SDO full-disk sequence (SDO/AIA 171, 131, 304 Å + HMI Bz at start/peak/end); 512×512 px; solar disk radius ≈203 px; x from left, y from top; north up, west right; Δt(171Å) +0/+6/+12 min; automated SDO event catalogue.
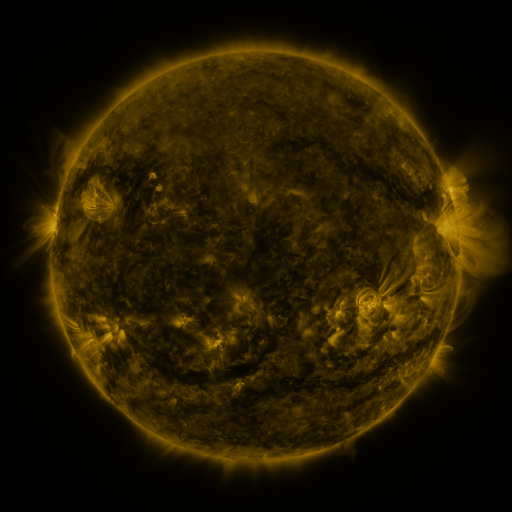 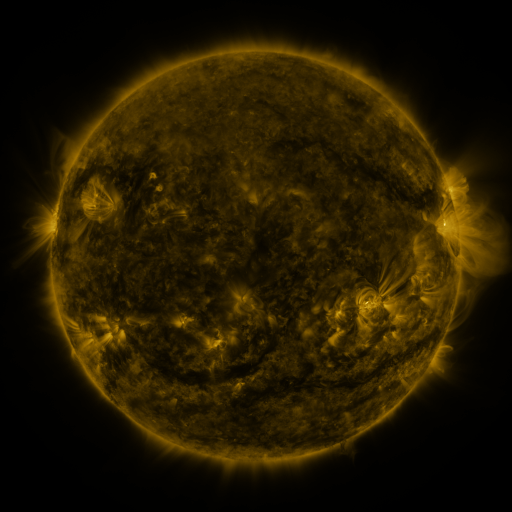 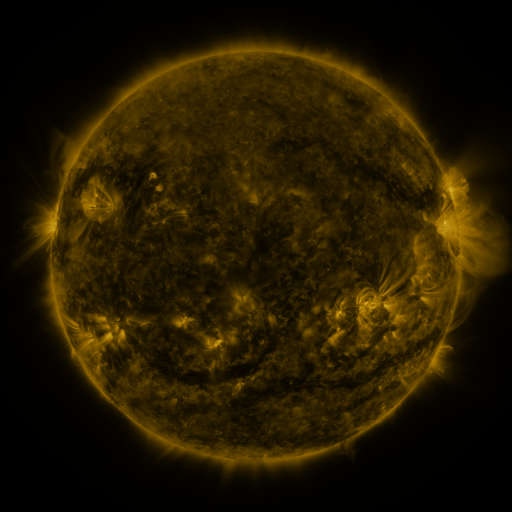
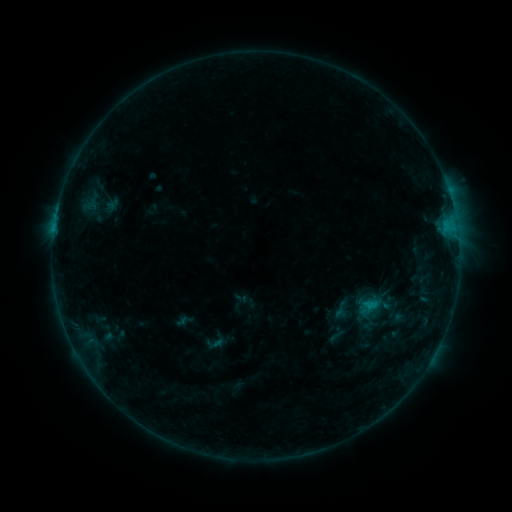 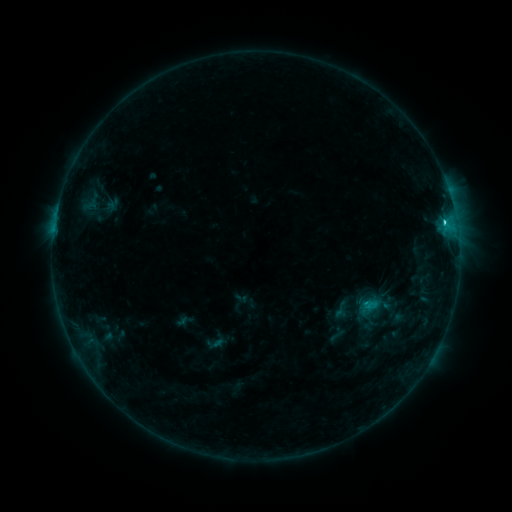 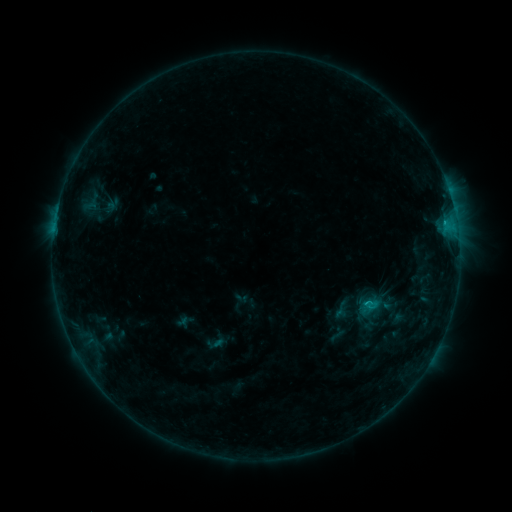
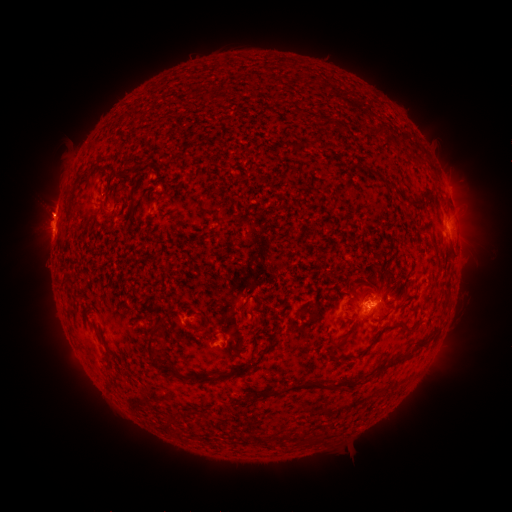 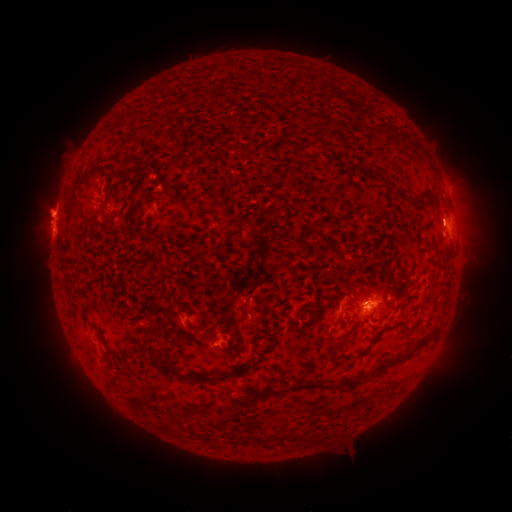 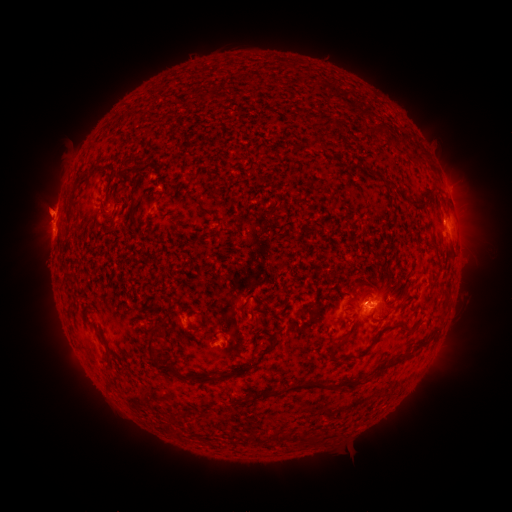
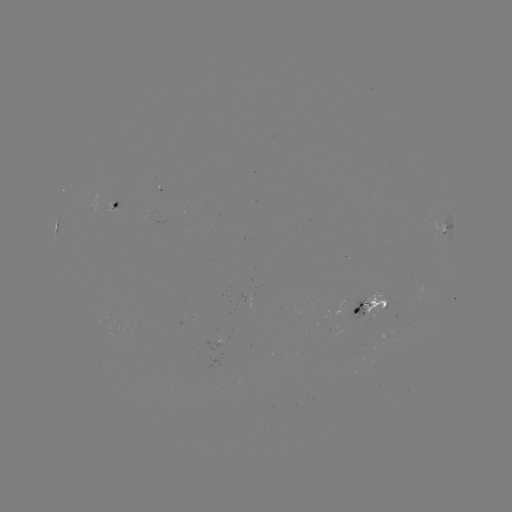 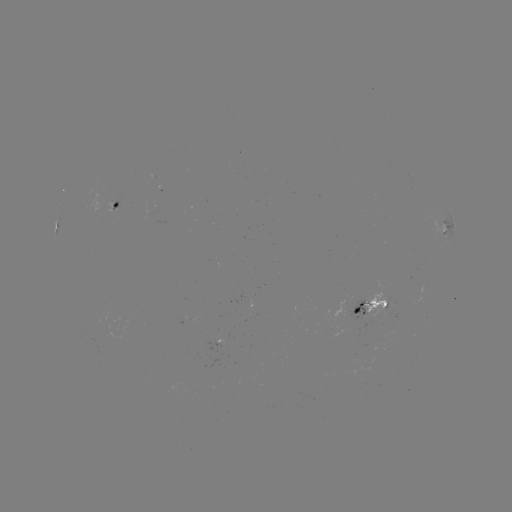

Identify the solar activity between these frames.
C1.5 flare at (56, 217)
